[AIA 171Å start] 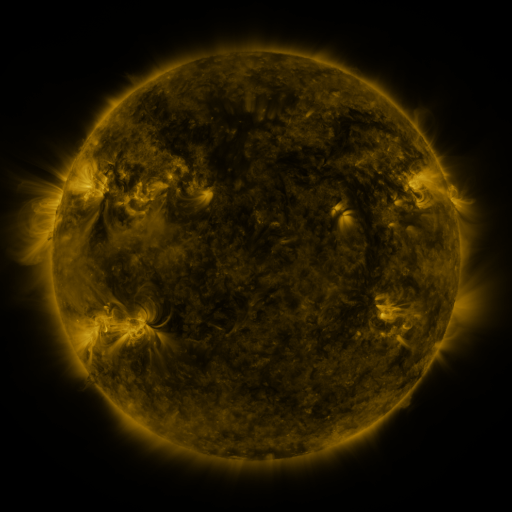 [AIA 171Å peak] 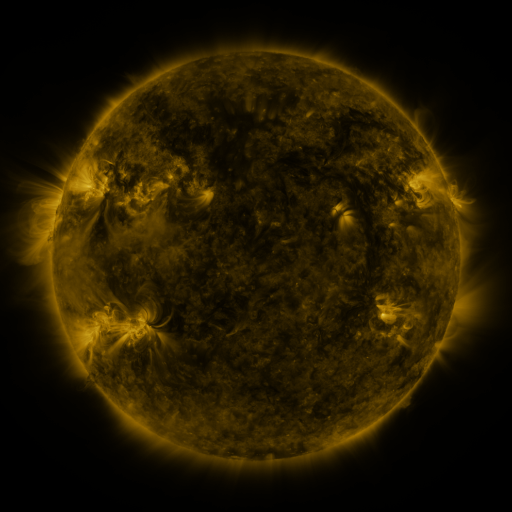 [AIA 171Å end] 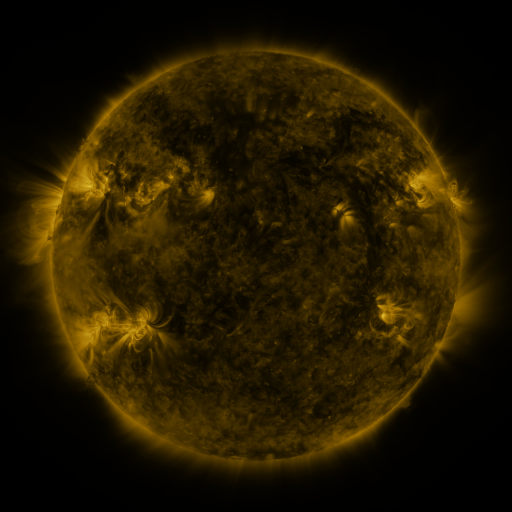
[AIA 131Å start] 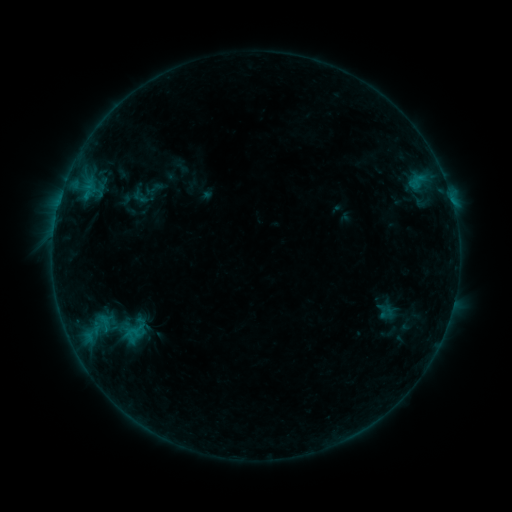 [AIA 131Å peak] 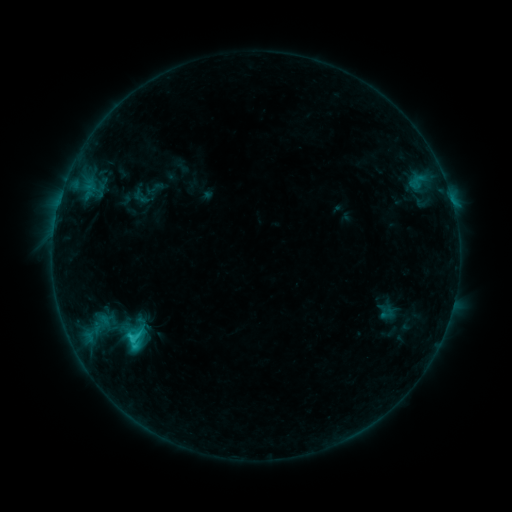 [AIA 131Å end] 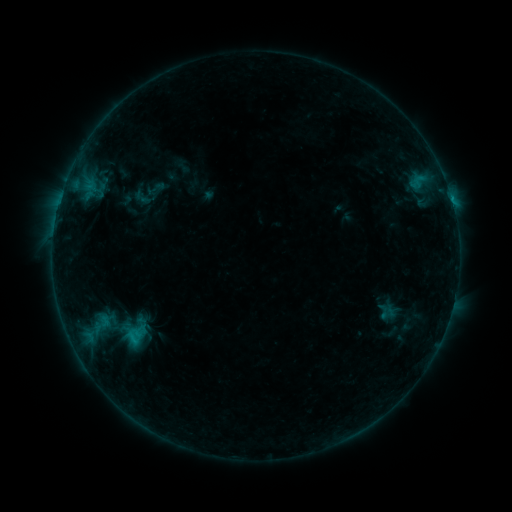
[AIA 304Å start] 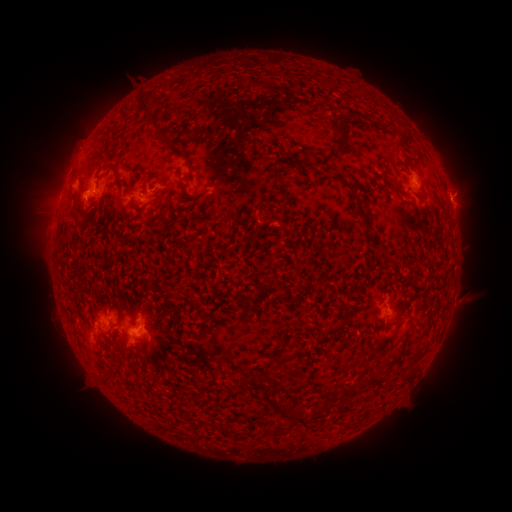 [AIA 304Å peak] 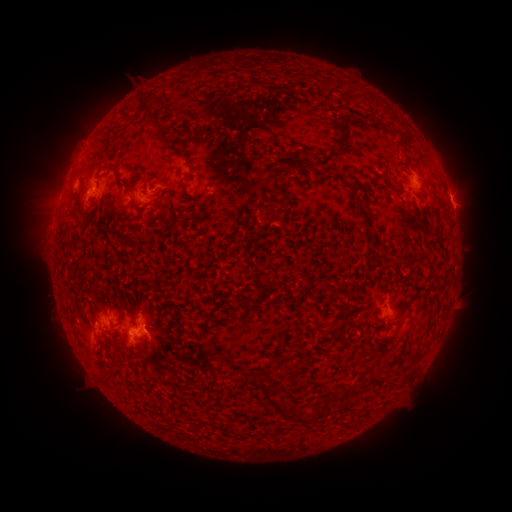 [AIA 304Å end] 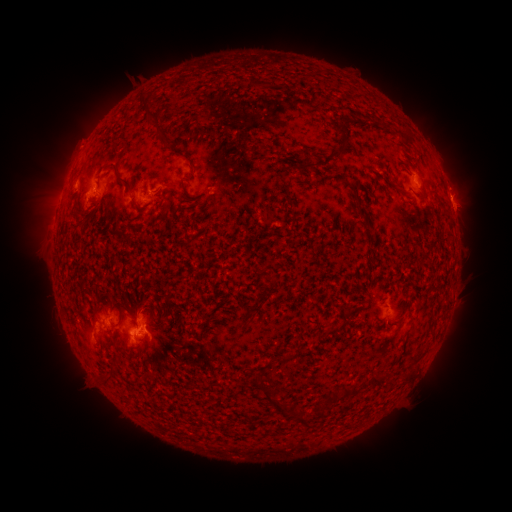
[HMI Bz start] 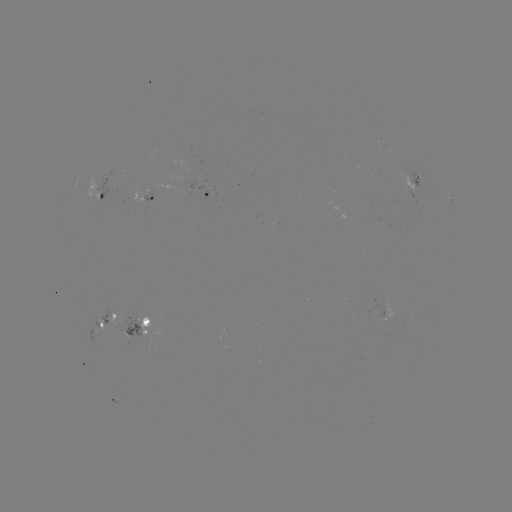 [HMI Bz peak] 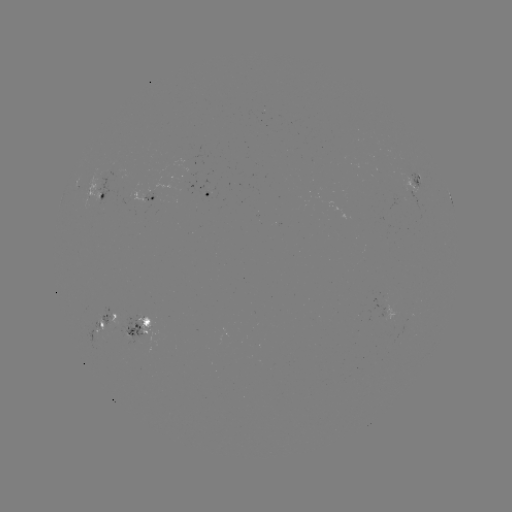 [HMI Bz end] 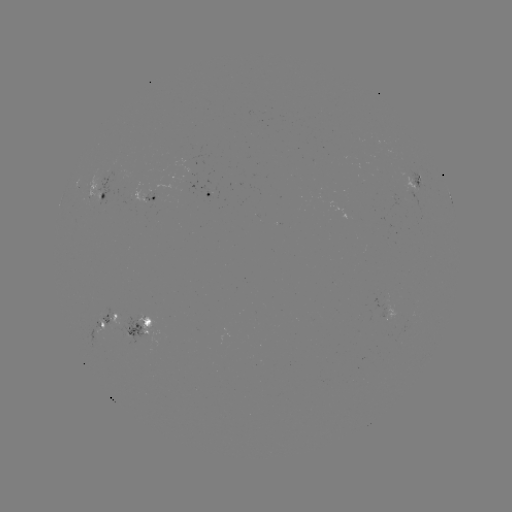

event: flare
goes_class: C1.7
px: (131, 336)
